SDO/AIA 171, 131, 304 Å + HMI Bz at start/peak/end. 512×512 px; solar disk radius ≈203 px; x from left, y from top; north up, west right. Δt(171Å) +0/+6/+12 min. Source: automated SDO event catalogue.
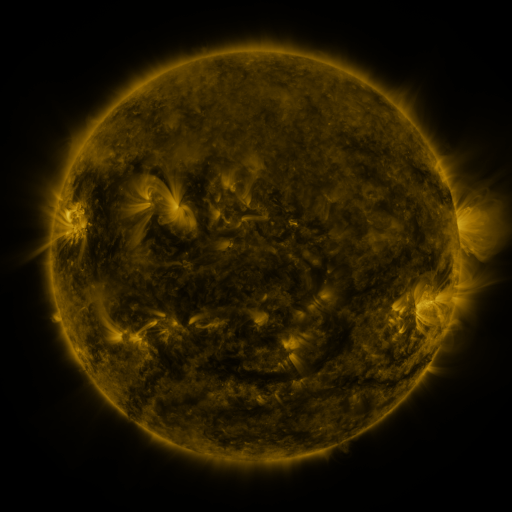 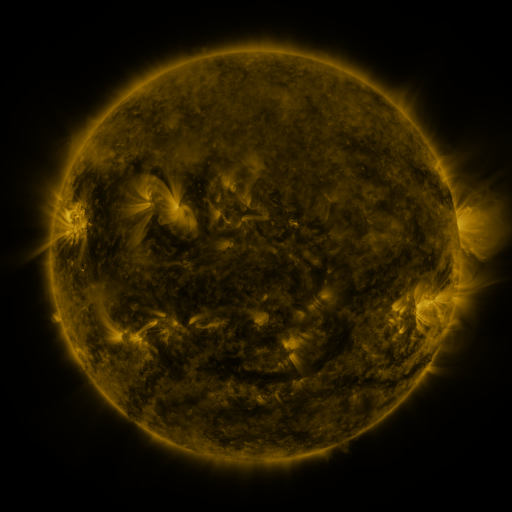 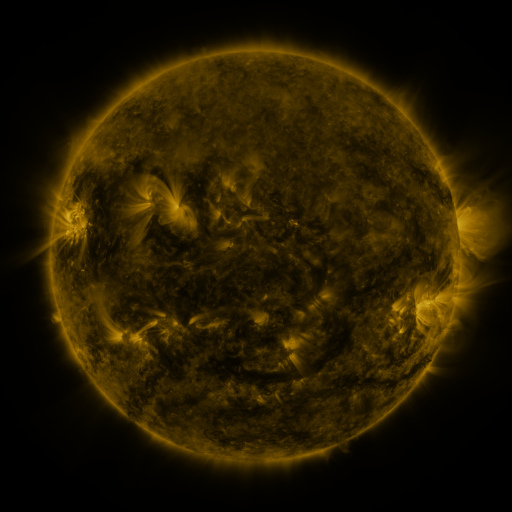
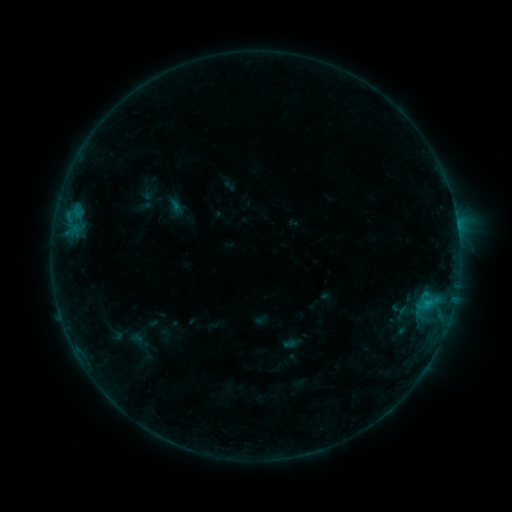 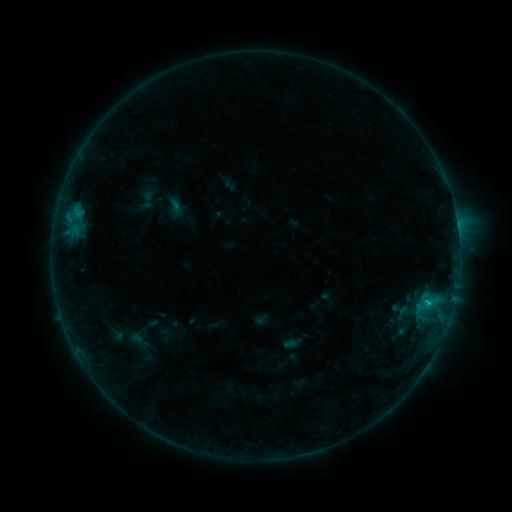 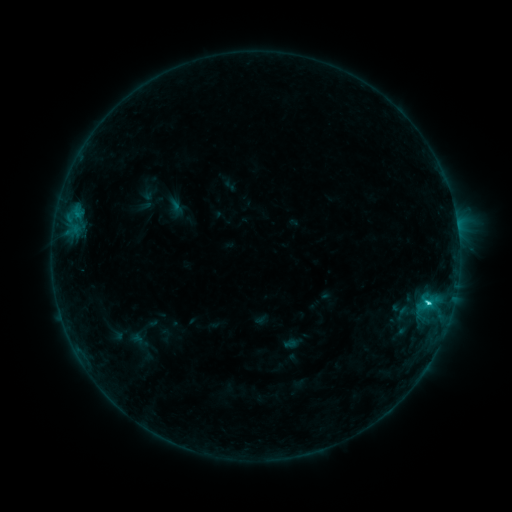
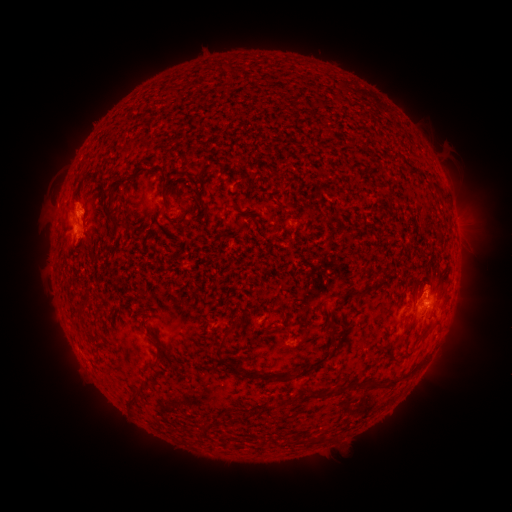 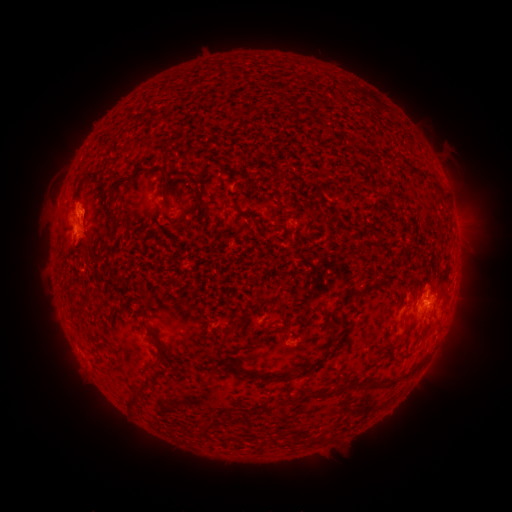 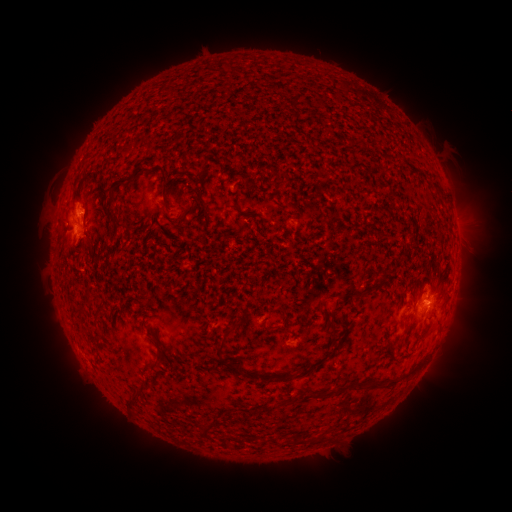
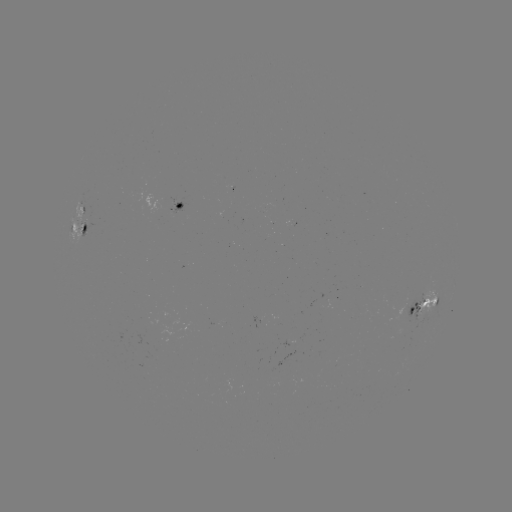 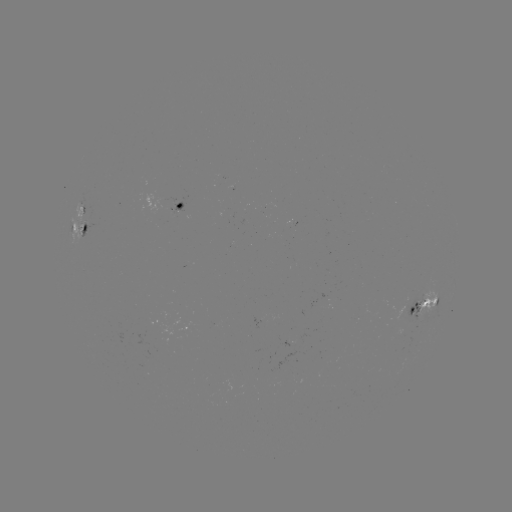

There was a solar flare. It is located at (426, 303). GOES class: C1.9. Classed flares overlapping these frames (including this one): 1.